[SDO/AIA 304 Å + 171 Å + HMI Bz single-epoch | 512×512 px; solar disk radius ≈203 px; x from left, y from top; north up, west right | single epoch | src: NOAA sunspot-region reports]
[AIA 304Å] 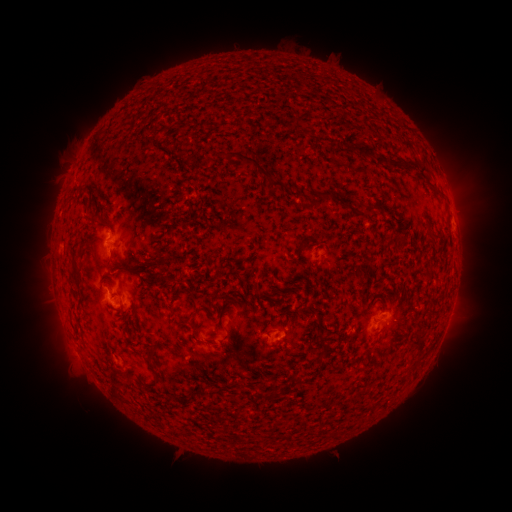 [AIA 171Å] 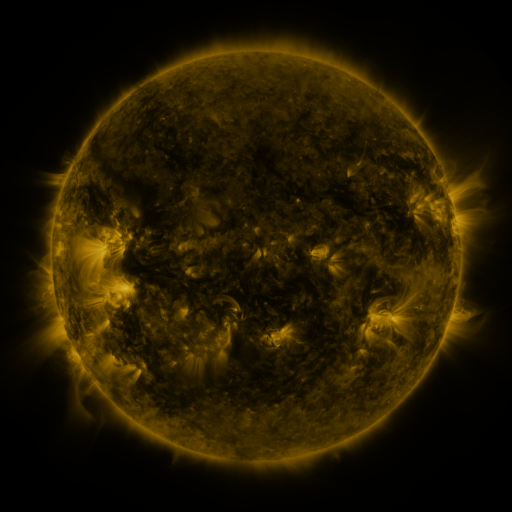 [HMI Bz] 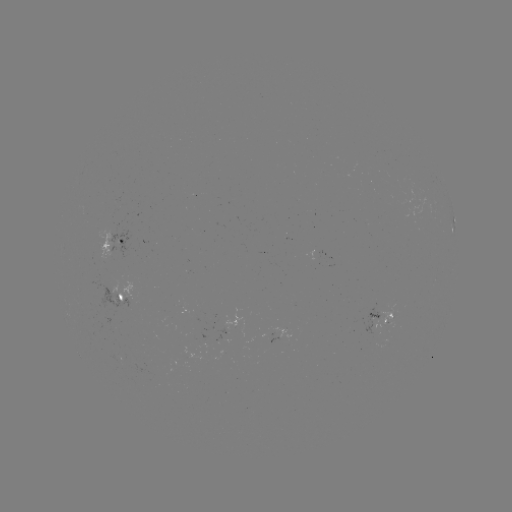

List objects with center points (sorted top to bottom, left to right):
spotted active region: (453, 224)
spotted active region: (118, 244)
spotted active region: (123, 298)
spotted active region: (381, 319)
spotted active region: (283, 337)
